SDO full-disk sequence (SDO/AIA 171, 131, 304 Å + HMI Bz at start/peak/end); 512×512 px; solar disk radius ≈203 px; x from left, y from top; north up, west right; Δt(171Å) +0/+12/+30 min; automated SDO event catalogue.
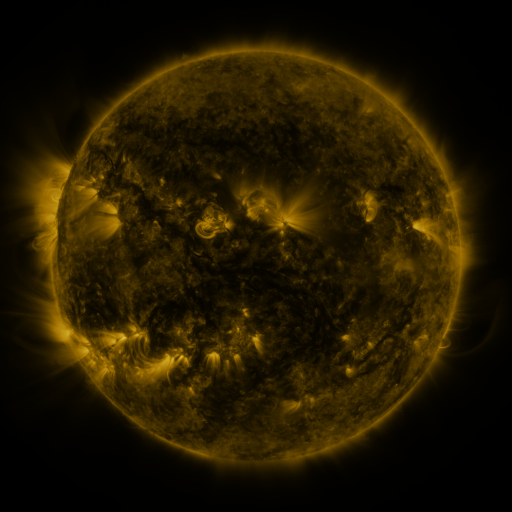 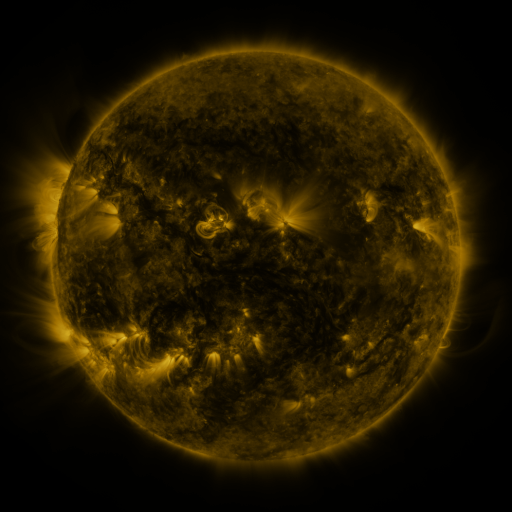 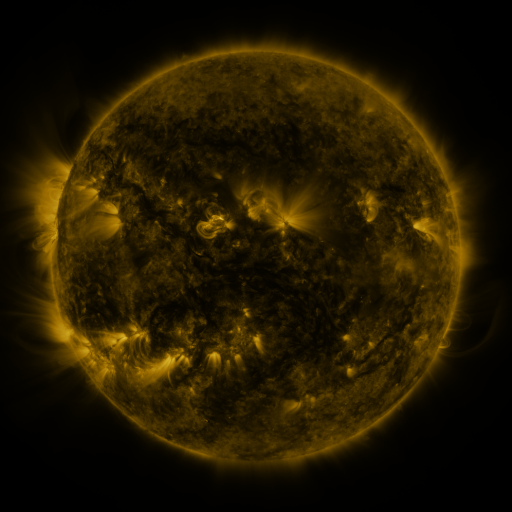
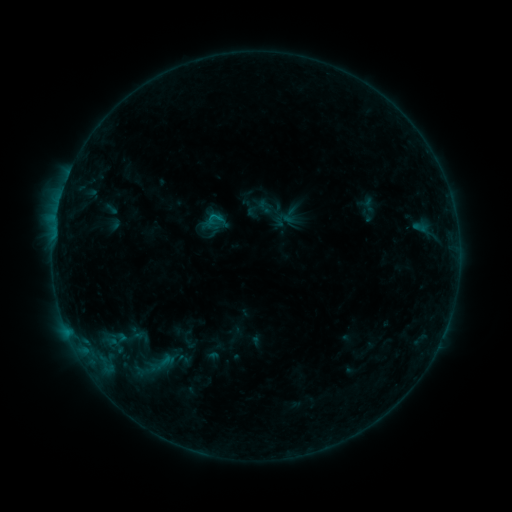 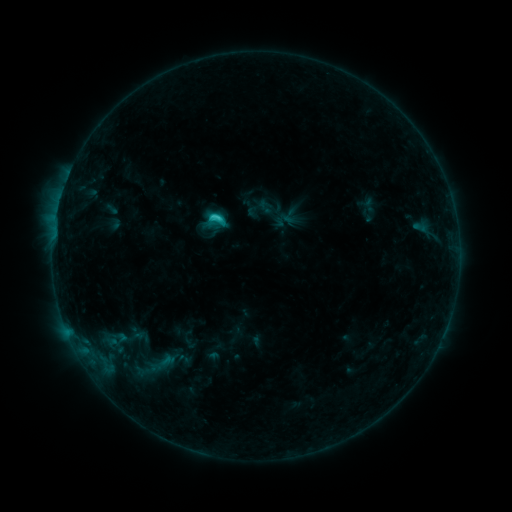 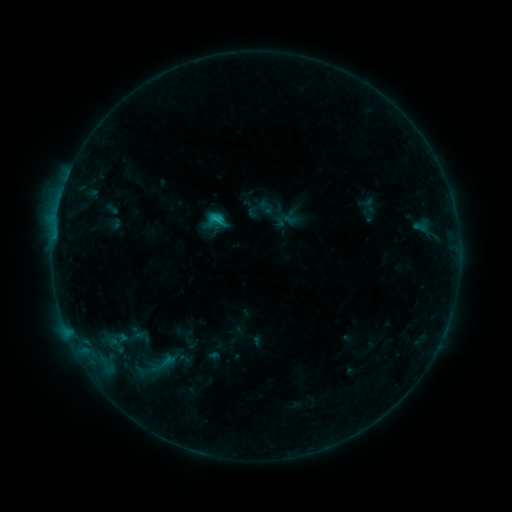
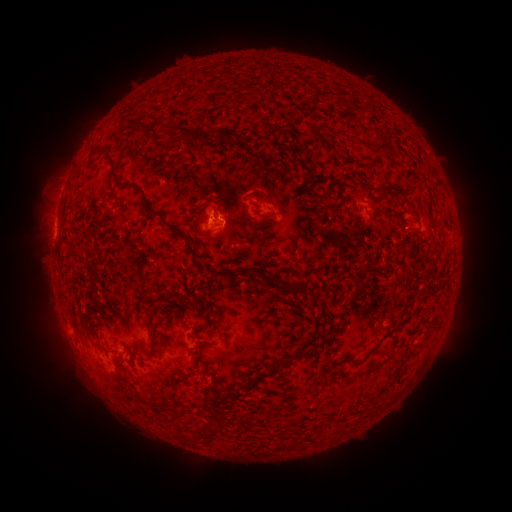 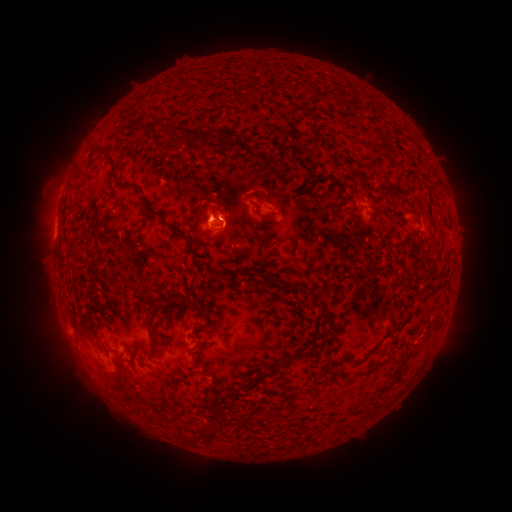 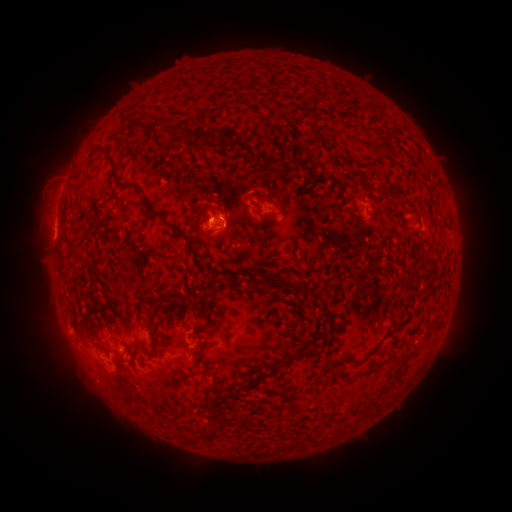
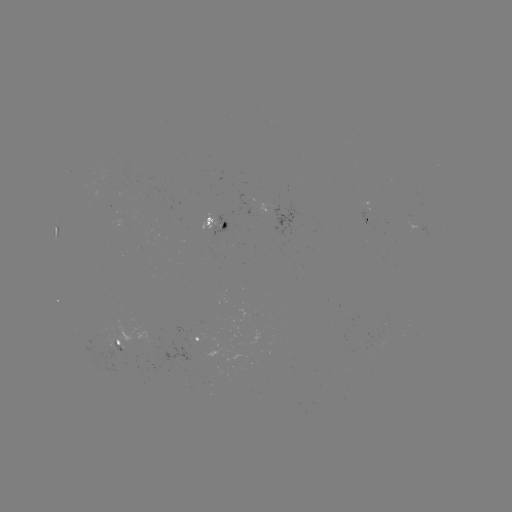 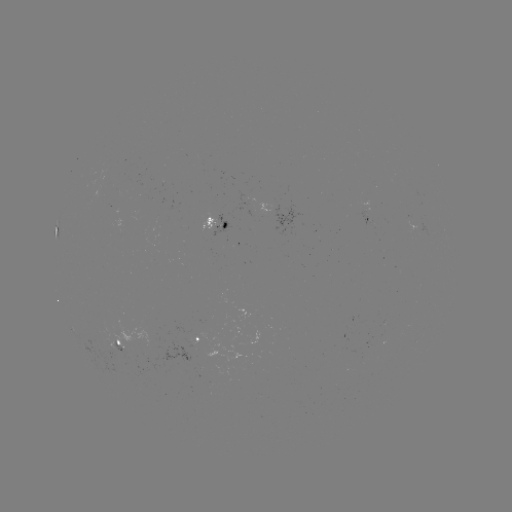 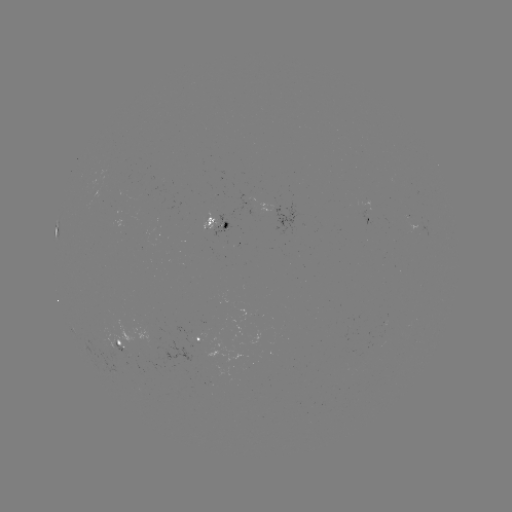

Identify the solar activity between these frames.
C1.7 flare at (218, 220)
